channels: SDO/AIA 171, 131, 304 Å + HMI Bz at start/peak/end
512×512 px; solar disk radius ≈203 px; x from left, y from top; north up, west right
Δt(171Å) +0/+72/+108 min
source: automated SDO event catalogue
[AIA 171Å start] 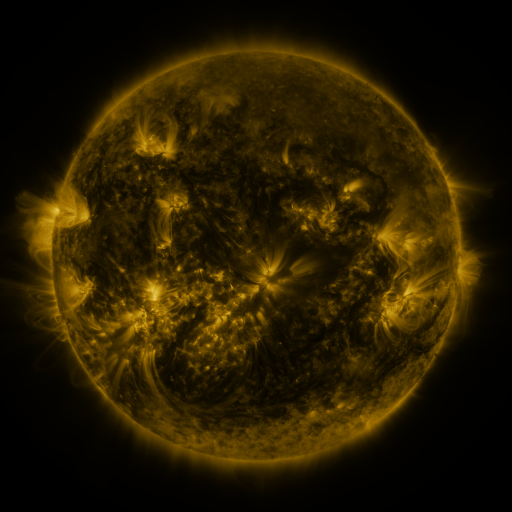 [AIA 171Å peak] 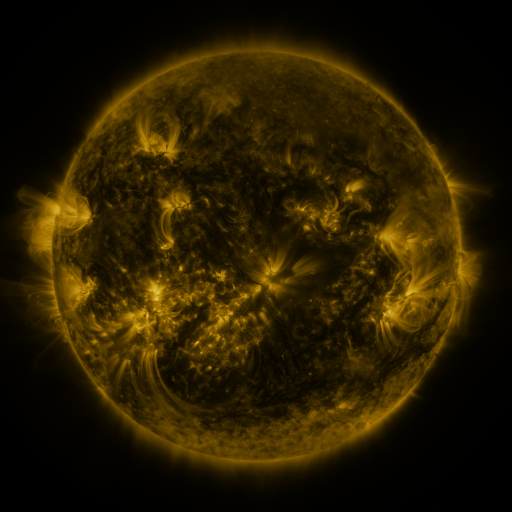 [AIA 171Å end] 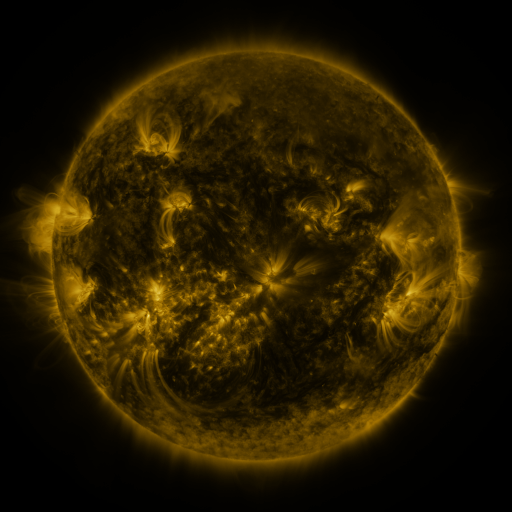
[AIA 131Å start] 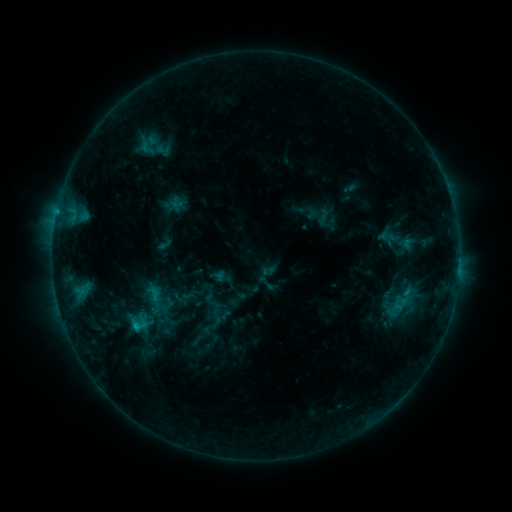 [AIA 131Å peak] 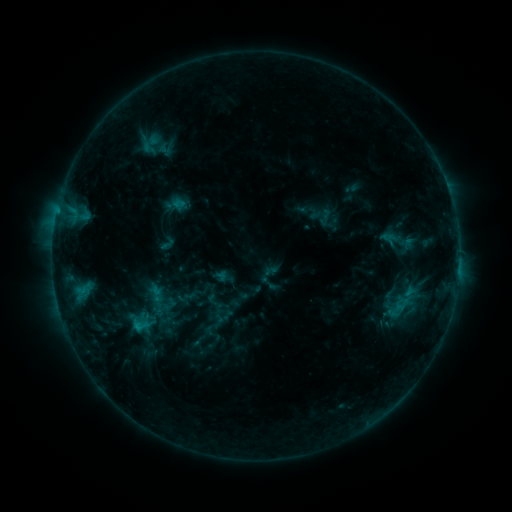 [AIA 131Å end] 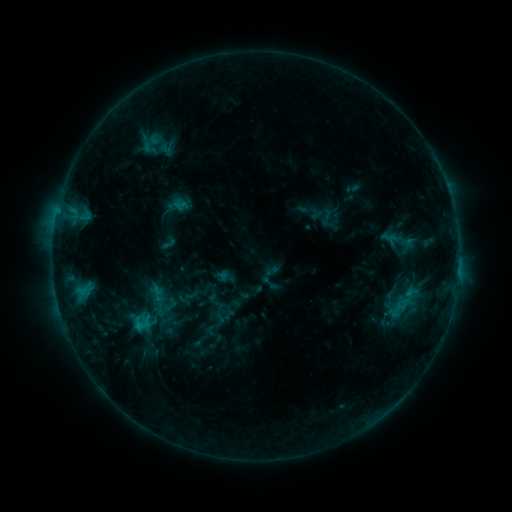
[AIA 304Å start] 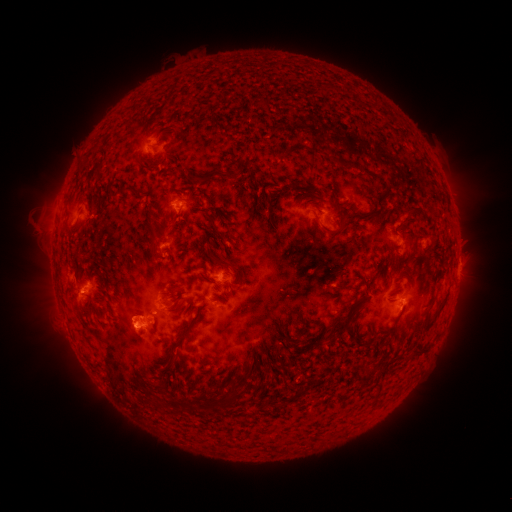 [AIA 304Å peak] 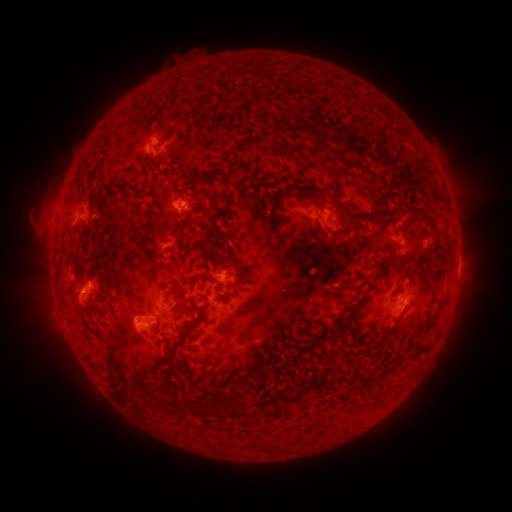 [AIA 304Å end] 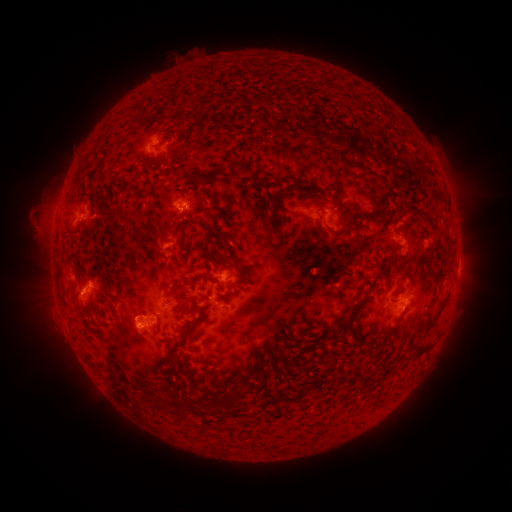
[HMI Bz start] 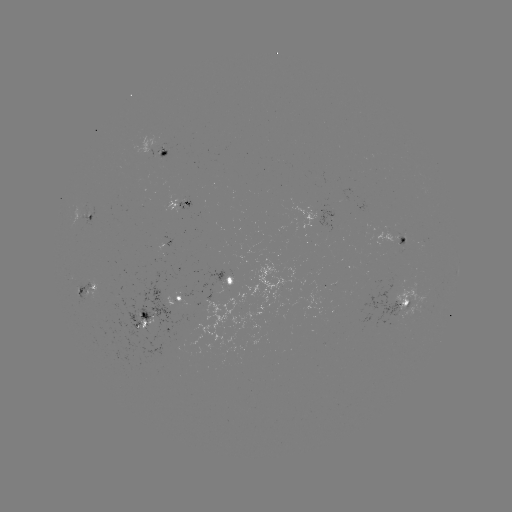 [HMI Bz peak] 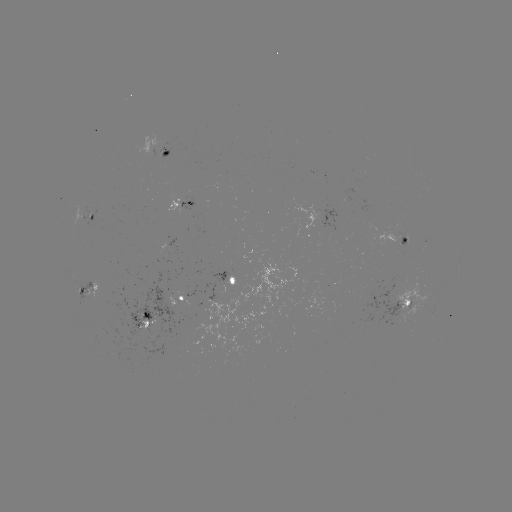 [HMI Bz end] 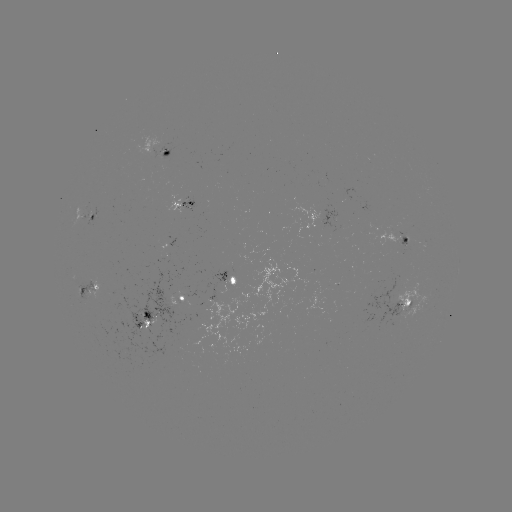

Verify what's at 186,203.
emerging-flux region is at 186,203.